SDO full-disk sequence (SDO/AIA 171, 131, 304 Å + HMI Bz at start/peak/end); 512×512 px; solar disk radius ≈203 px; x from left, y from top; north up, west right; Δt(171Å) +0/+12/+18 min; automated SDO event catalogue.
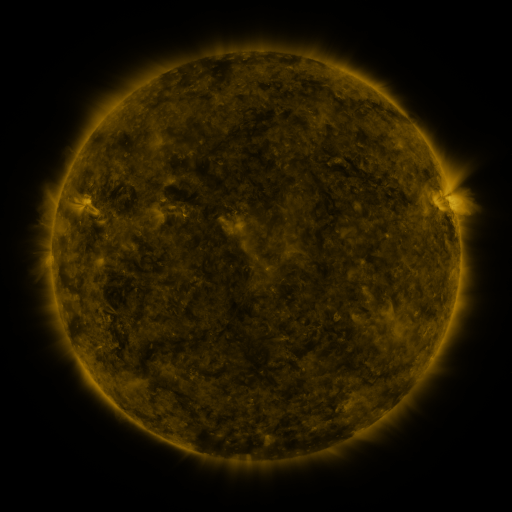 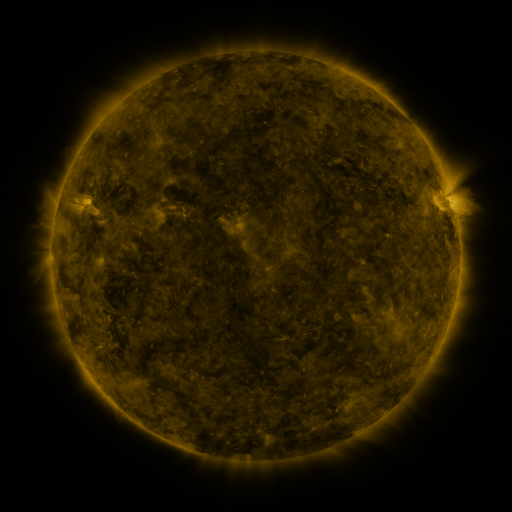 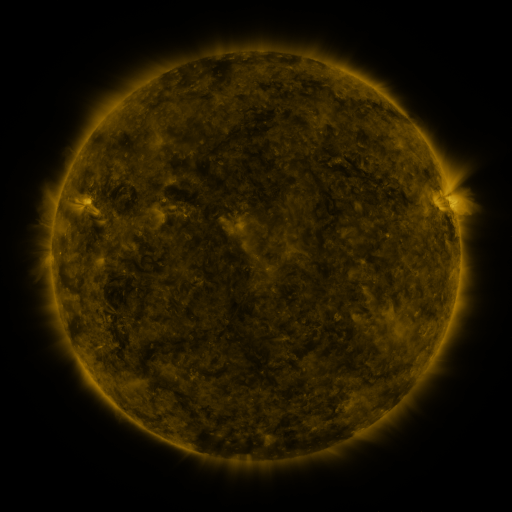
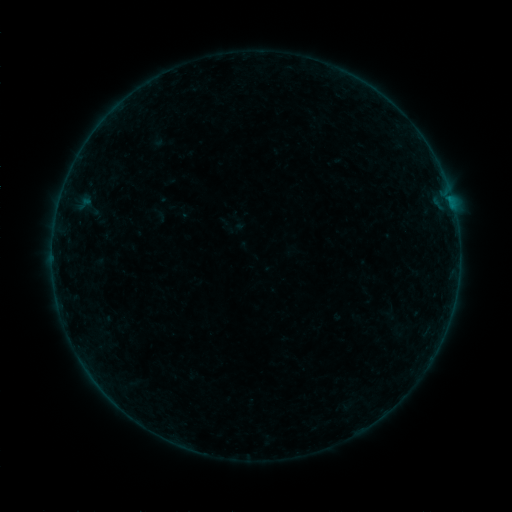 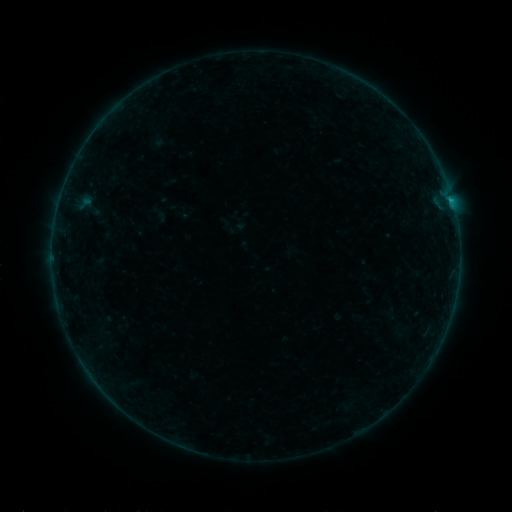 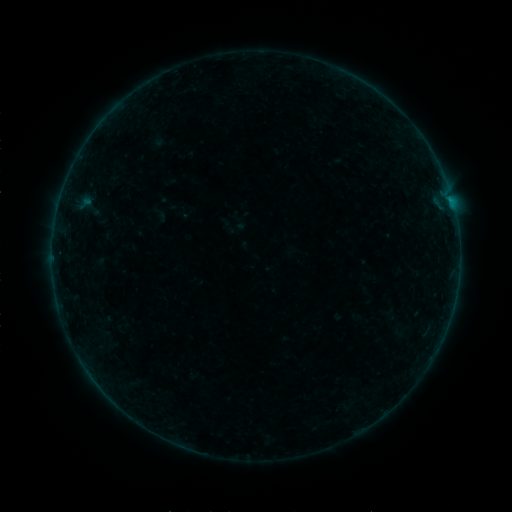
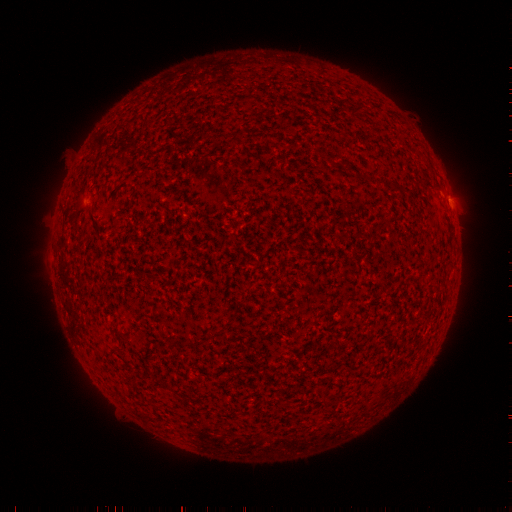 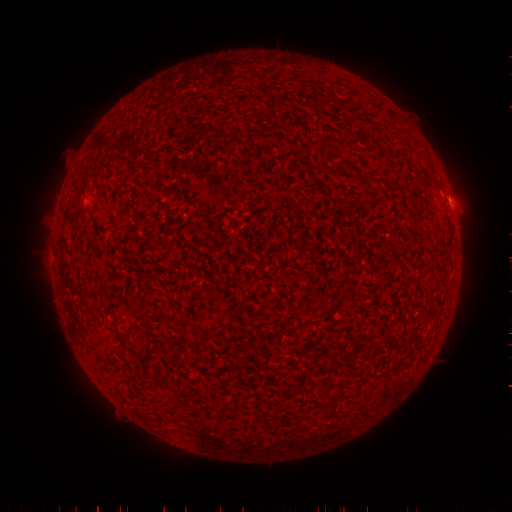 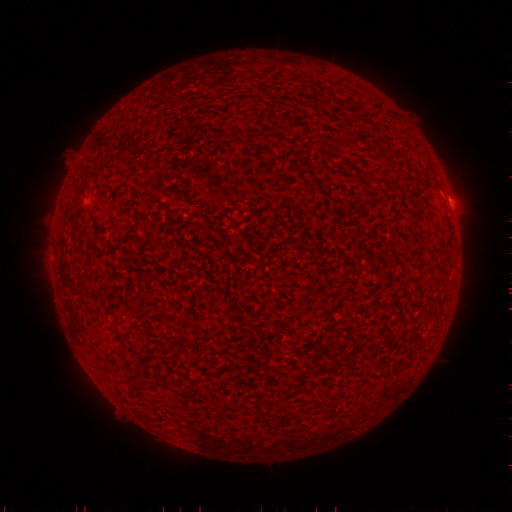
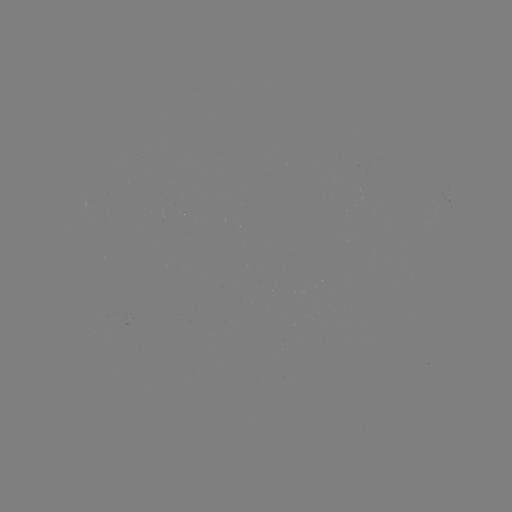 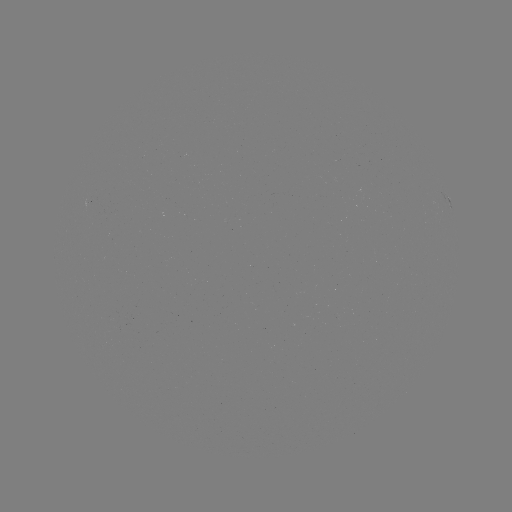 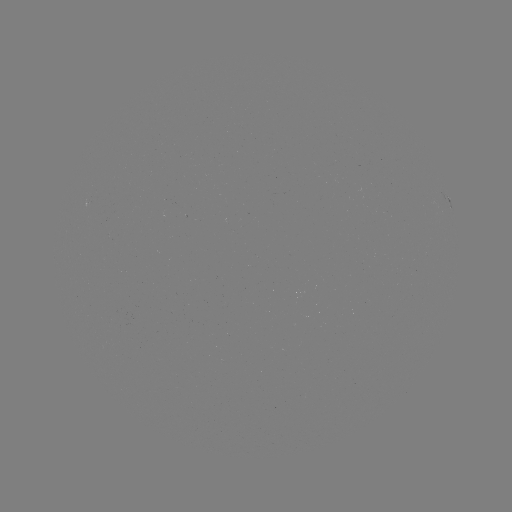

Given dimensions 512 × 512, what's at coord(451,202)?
B2.5 flare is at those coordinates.